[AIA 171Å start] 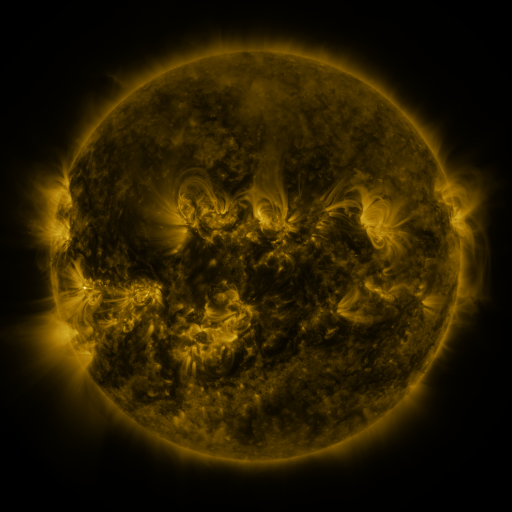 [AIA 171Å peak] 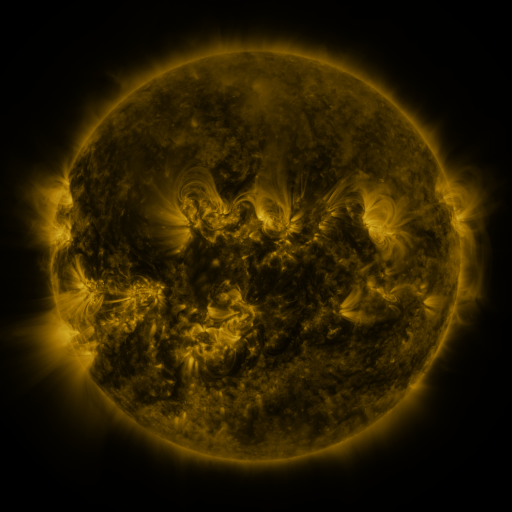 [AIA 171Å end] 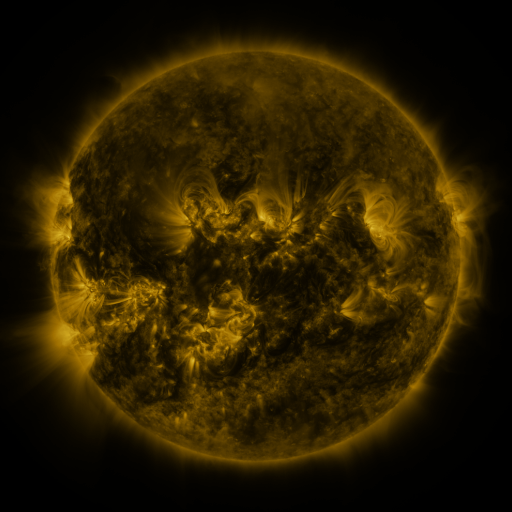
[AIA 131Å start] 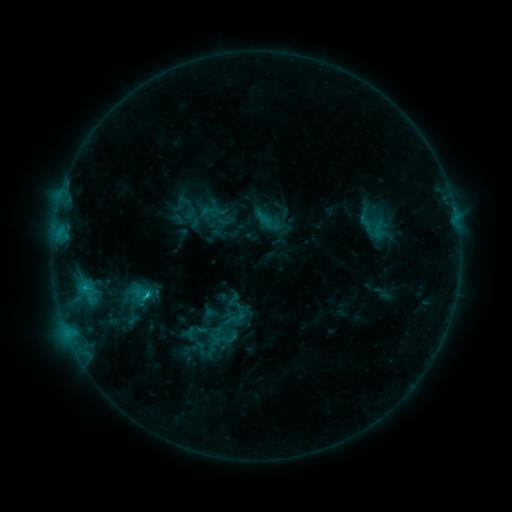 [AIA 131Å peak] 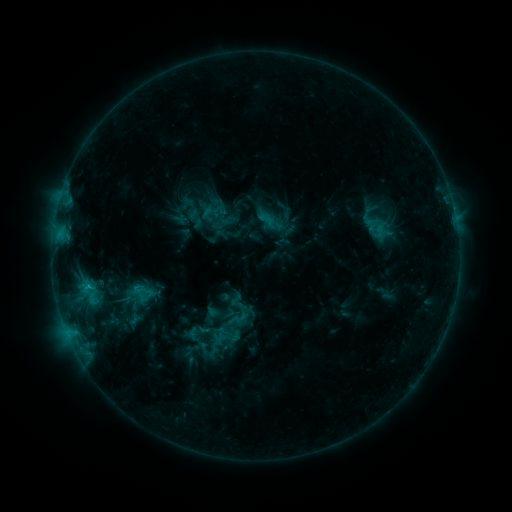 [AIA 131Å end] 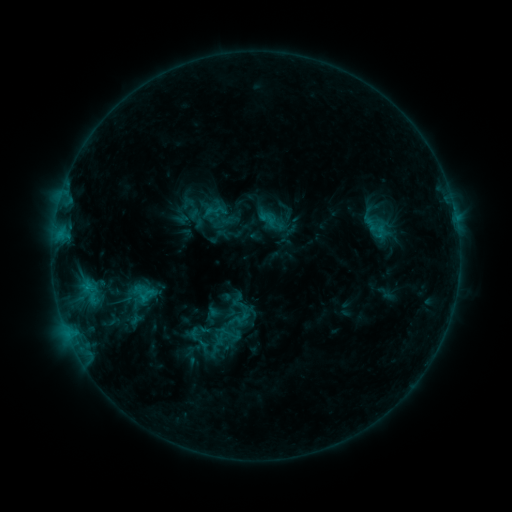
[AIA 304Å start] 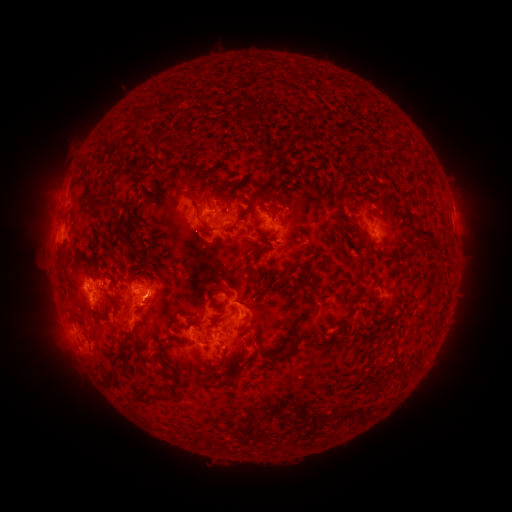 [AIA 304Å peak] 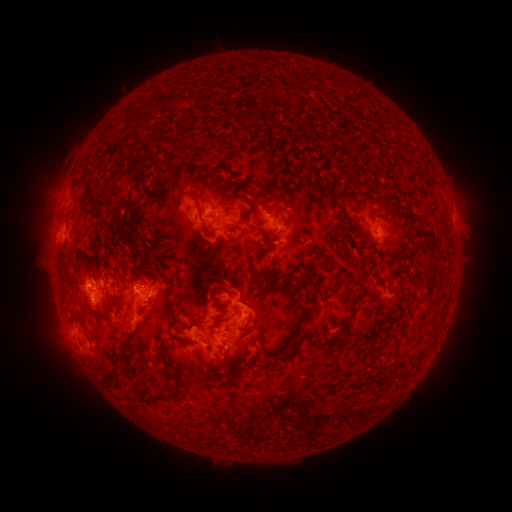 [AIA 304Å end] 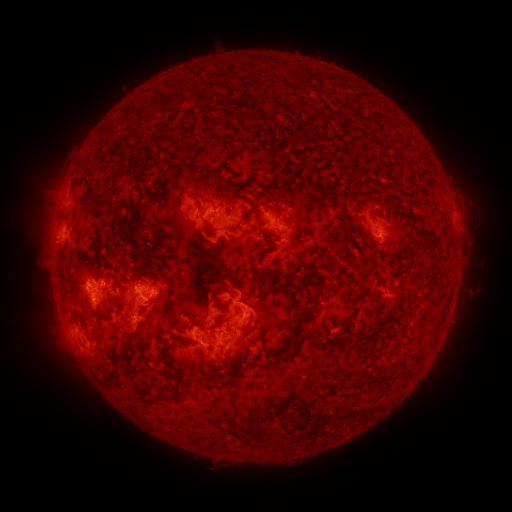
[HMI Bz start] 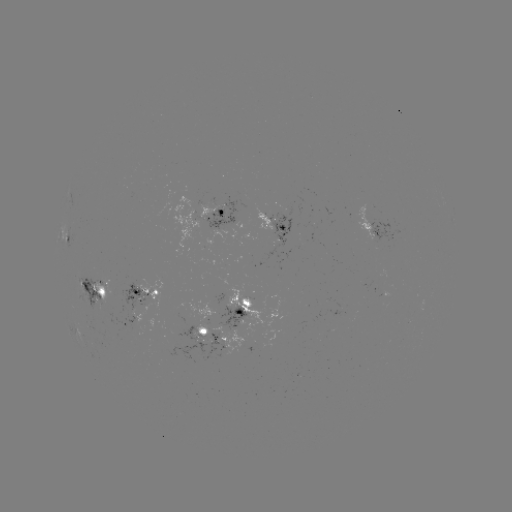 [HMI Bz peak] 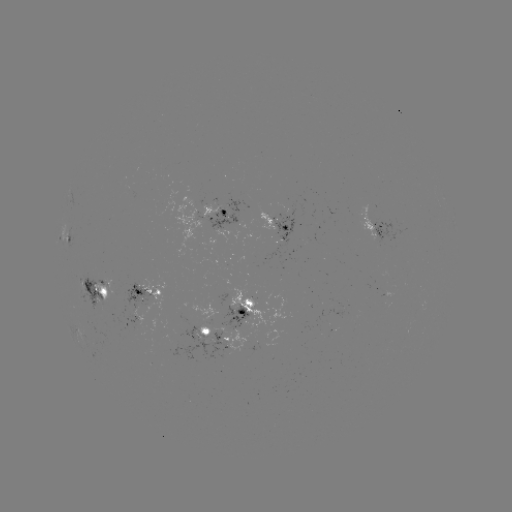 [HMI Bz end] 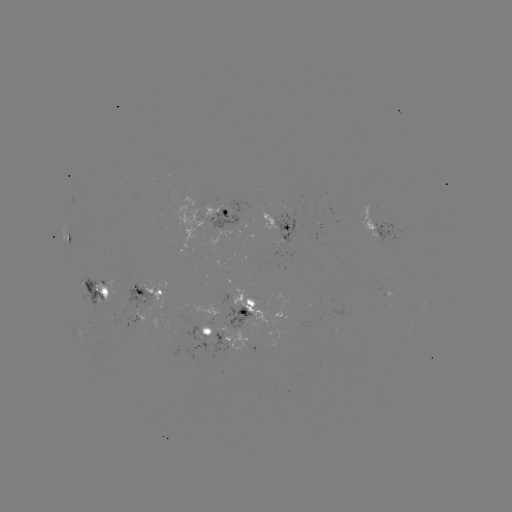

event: emerging-flux region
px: (142, 300)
